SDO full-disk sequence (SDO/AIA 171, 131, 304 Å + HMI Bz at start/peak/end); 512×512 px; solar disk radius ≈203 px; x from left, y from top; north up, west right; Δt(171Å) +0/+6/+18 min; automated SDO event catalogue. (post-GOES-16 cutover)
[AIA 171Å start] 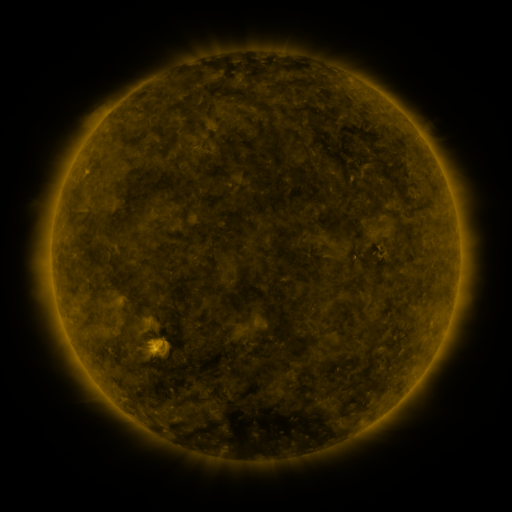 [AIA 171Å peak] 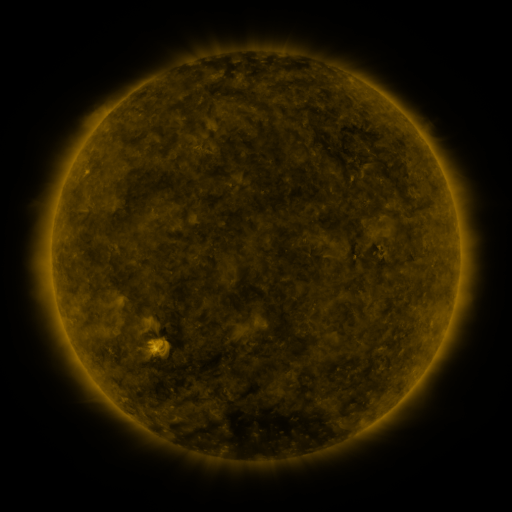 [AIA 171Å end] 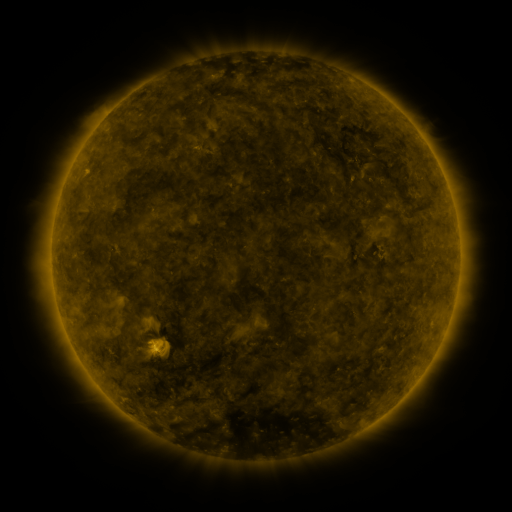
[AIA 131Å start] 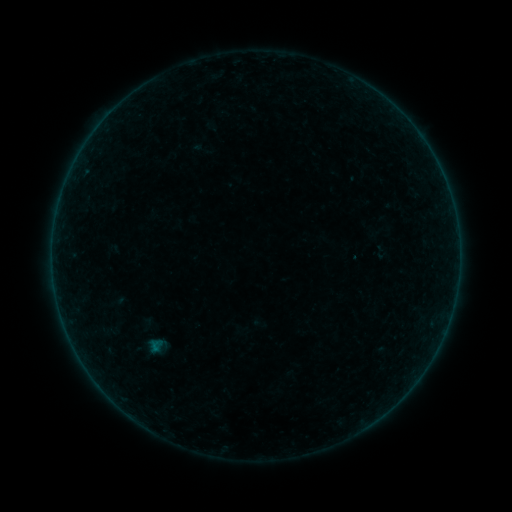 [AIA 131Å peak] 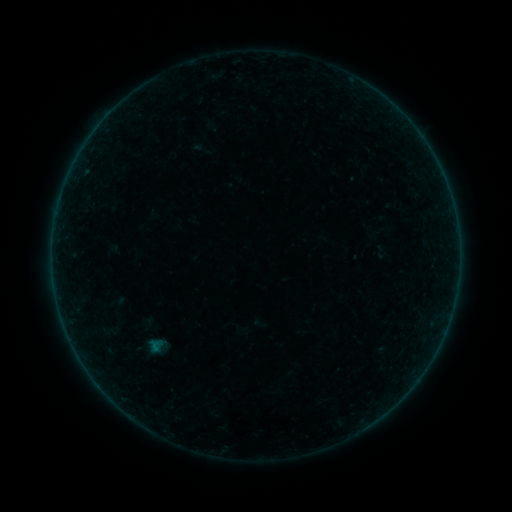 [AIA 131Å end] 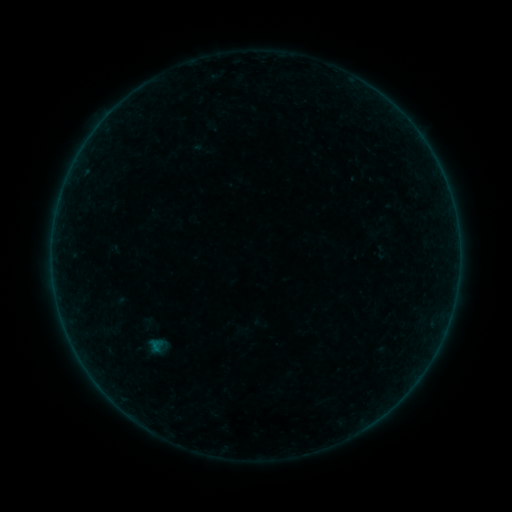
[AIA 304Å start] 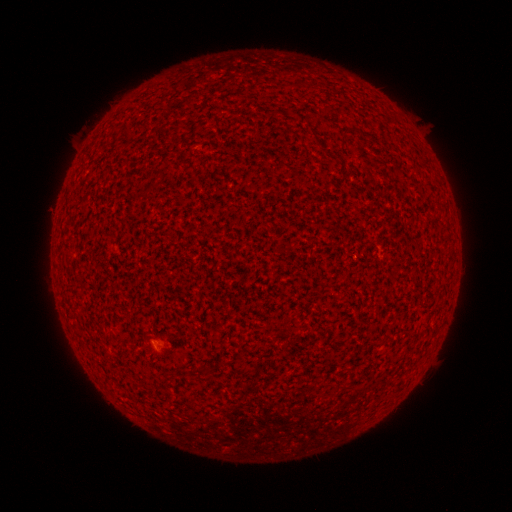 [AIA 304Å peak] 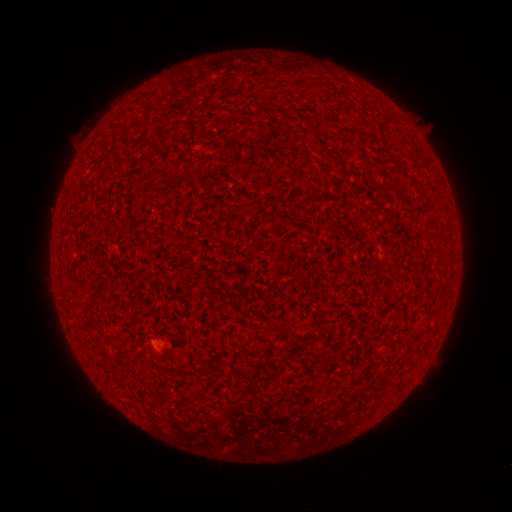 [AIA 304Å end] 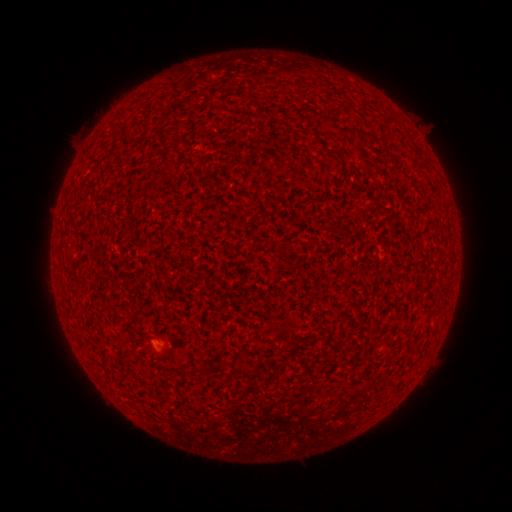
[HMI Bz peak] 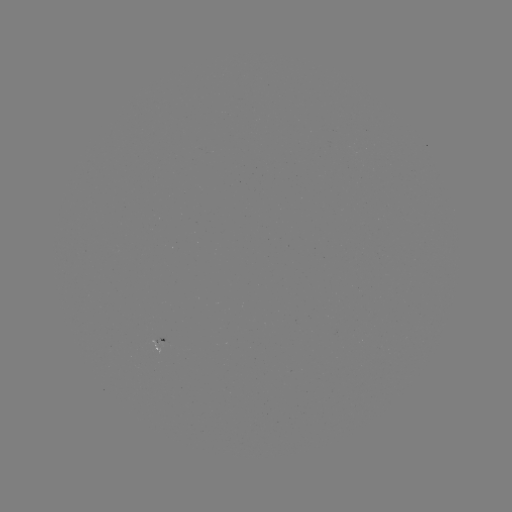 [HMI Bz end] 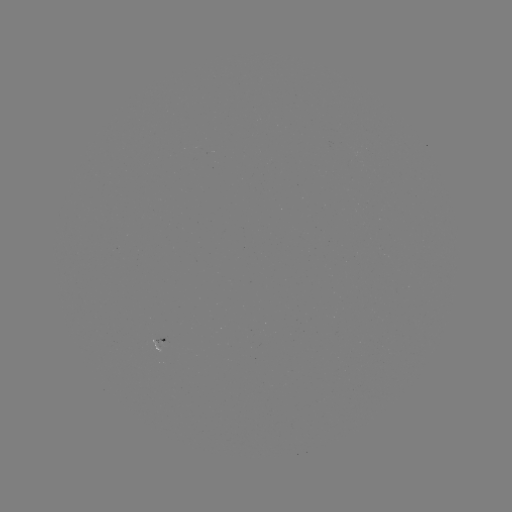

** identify A1.8 flare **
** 155,342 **